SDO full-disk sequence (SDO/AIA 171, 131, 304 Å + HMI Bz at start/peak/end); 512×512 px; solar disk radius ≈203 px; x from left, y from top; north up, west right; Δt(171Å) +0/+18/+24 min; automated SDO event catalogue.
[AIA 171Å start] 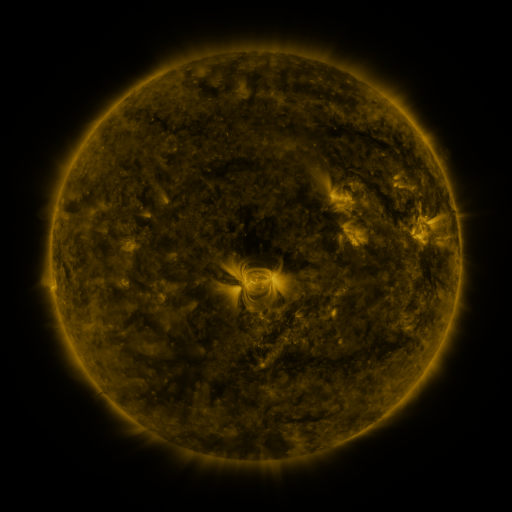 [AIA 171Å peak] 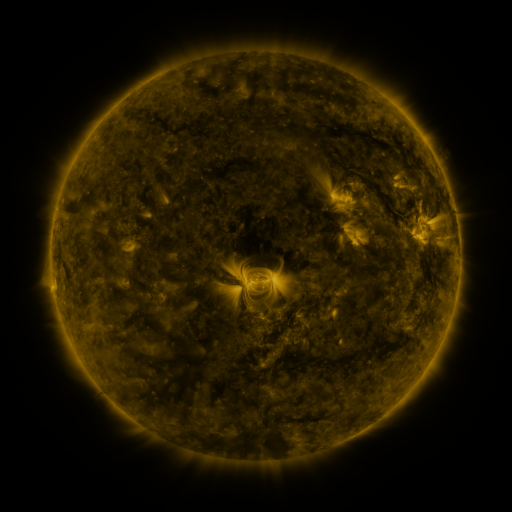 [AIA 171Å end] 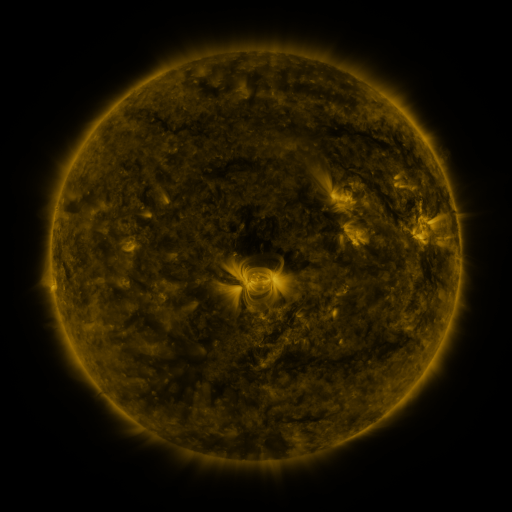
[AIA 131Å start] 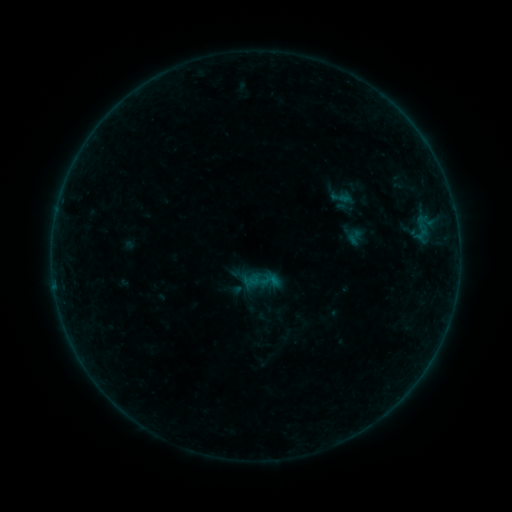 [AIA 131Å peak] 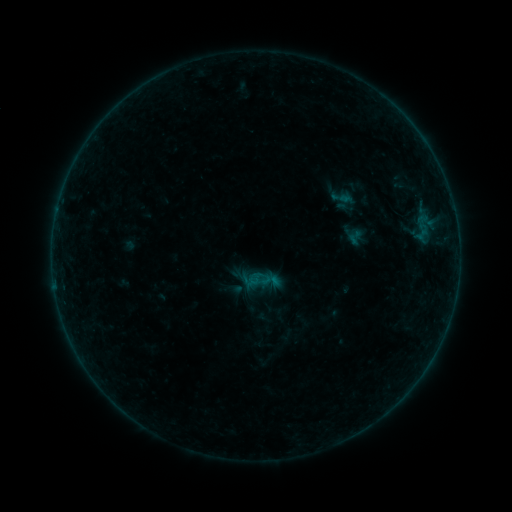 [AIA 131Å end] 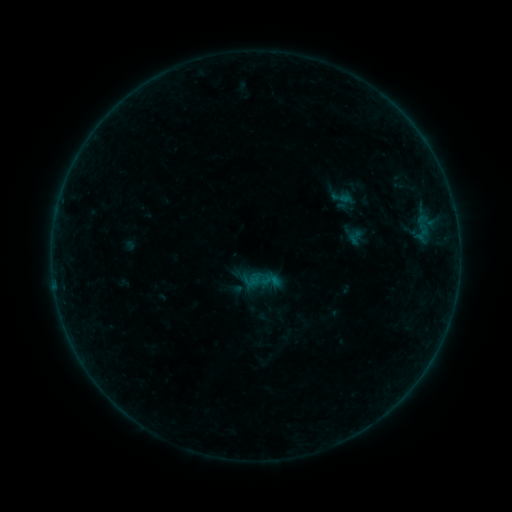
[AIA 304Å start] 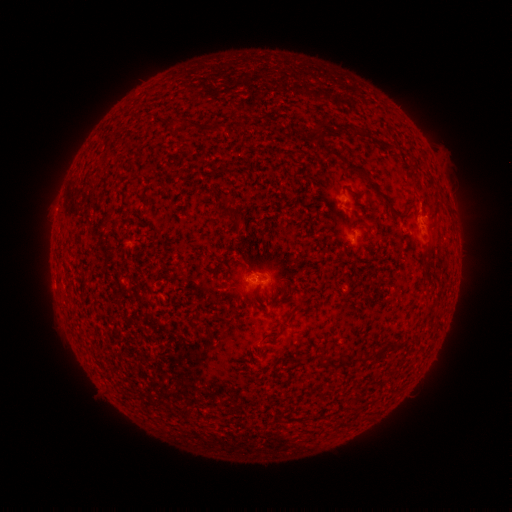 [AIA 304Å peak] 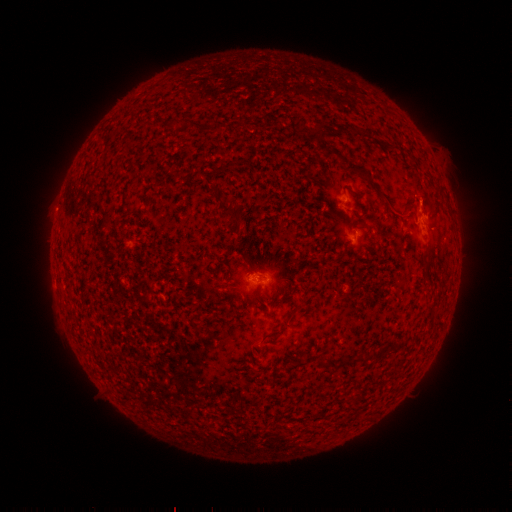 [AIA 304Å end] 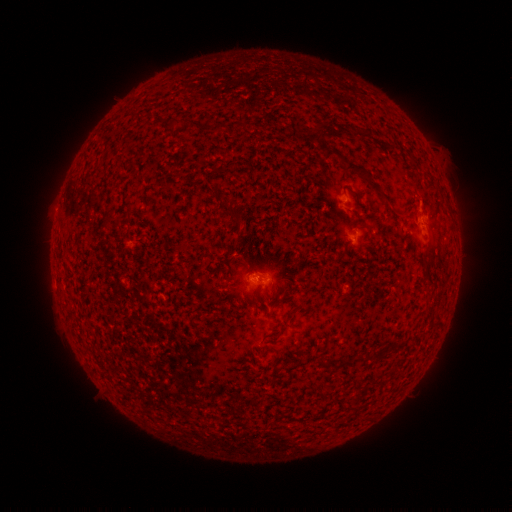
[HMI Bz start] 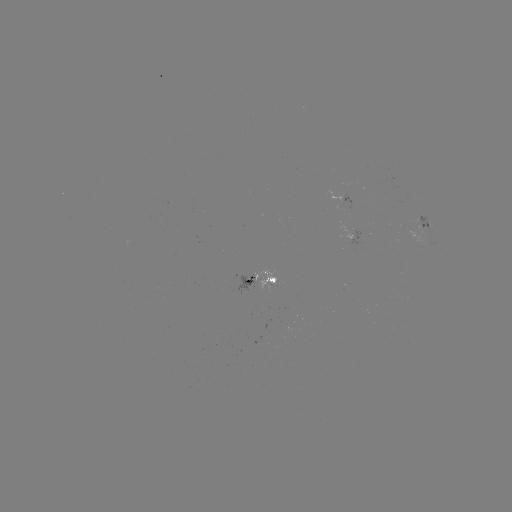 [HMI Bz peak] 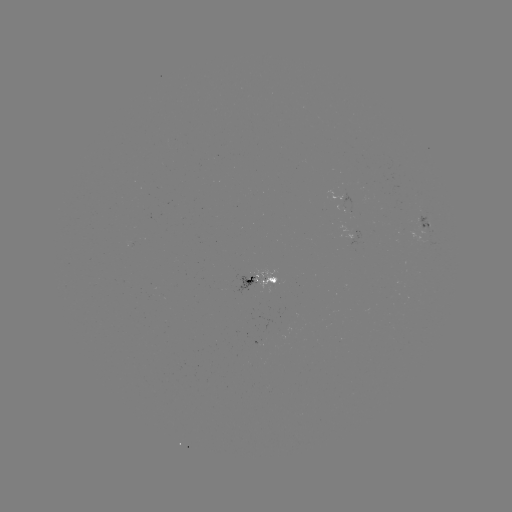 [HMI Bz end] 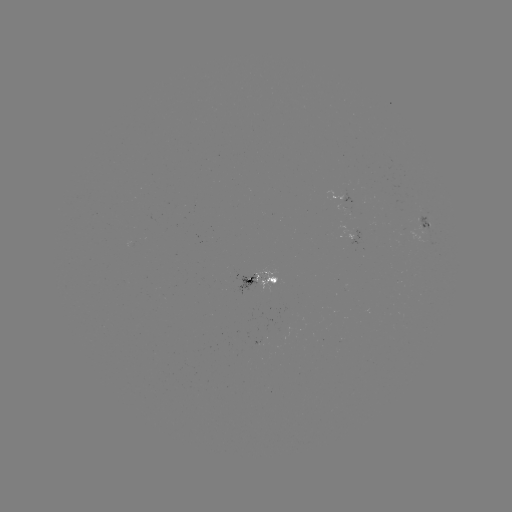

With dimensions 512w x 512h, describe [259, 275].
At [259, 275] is B2.1 flare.